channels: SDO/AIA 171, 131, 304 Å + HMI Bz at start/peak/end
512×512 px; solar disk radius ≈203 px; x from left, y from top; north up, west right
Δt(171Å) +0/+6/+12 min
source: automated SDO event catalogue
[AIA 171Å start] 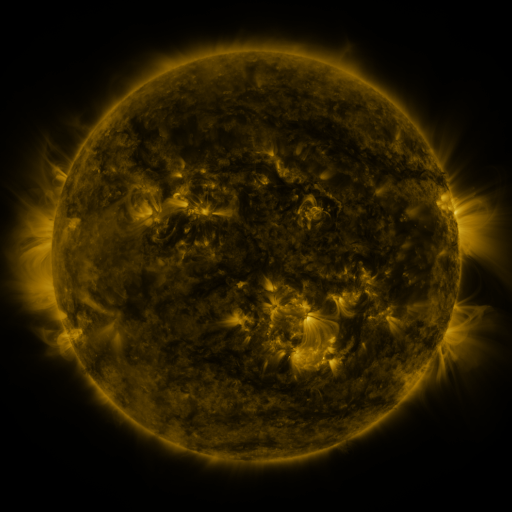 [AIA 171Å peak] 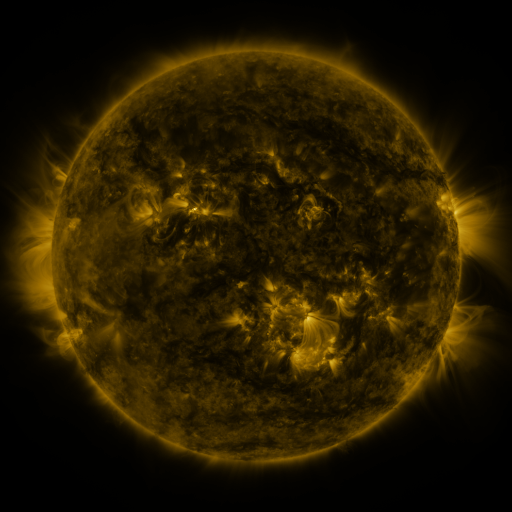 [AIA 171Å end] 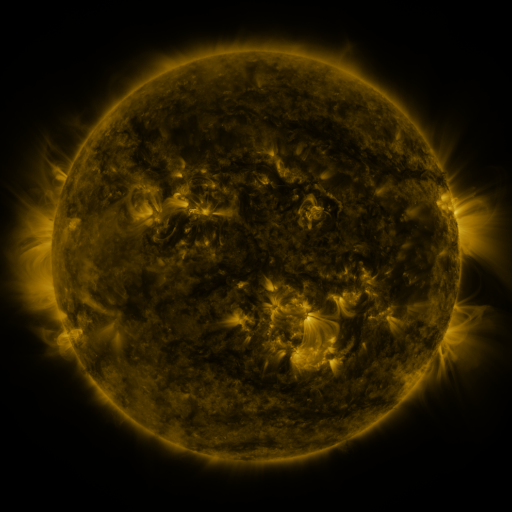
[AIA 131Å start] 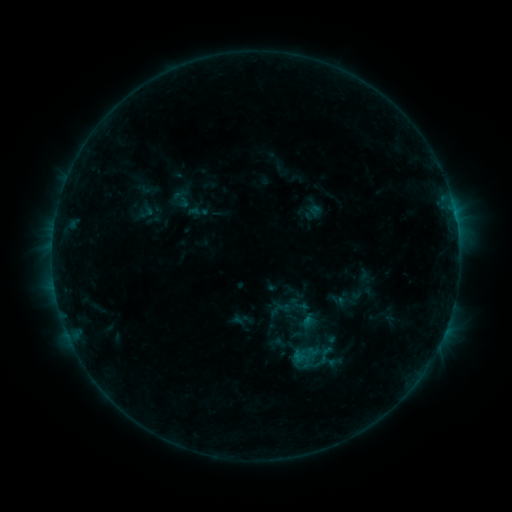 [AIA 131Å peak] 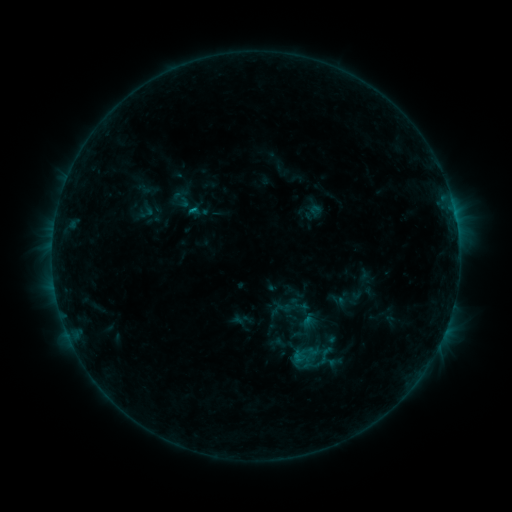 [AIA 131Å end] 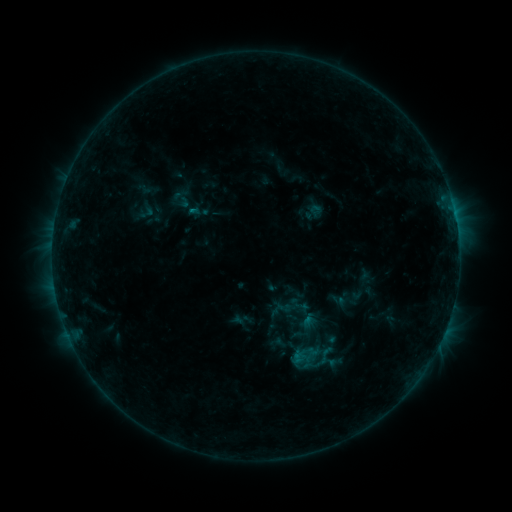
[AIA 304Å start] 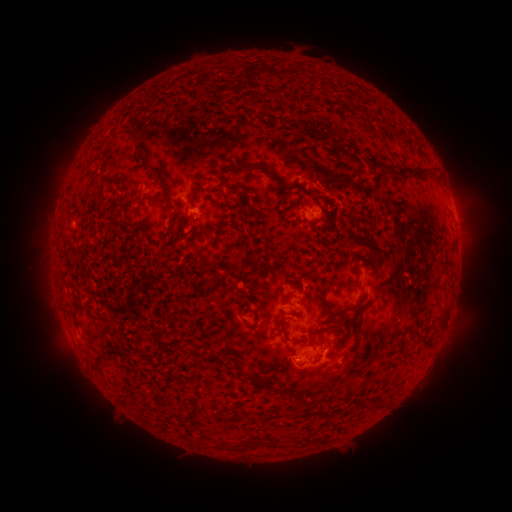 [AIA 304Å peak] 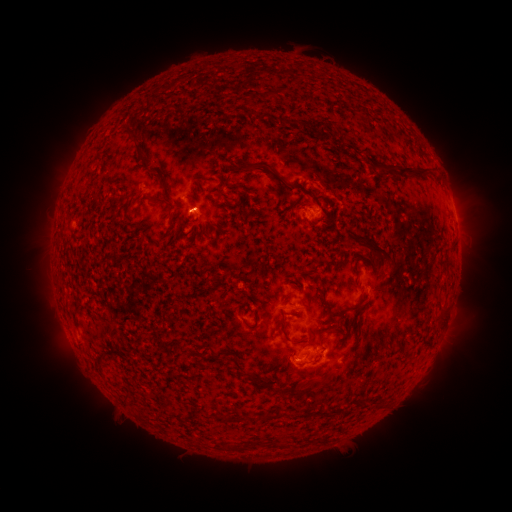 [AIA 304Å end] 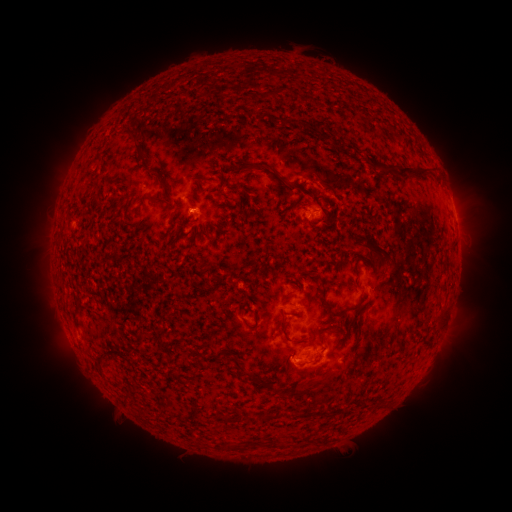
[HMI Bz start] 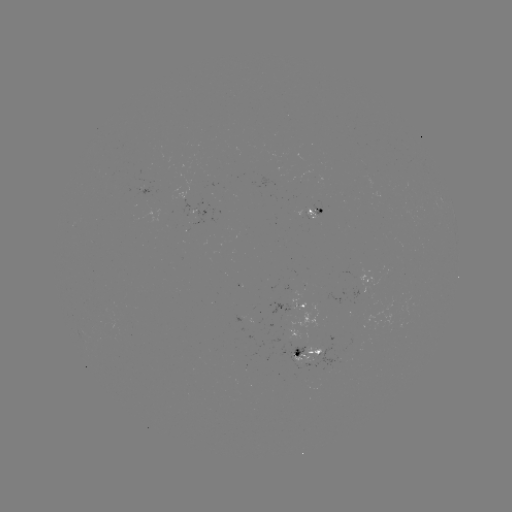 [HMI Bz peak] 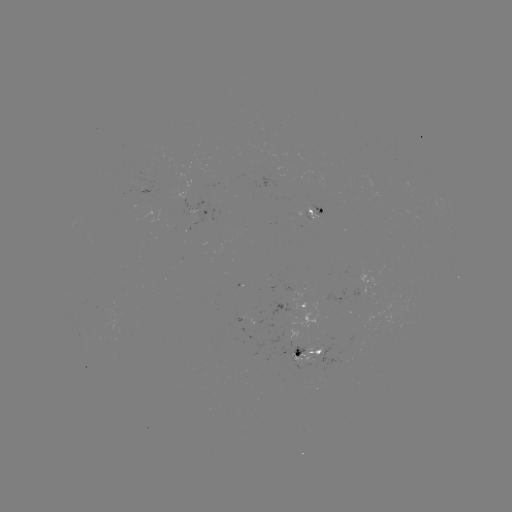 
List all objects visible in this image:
B4.4 flare: (194, 212)
